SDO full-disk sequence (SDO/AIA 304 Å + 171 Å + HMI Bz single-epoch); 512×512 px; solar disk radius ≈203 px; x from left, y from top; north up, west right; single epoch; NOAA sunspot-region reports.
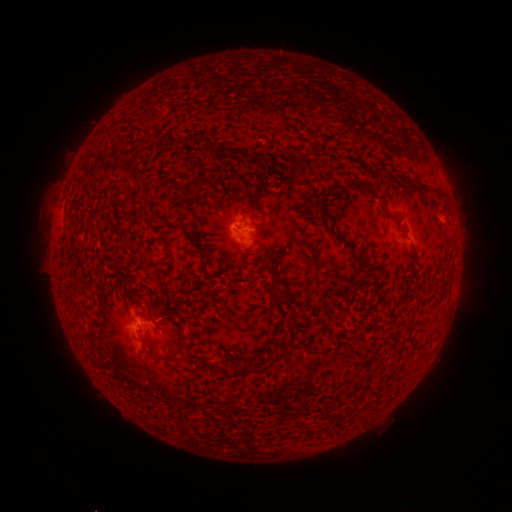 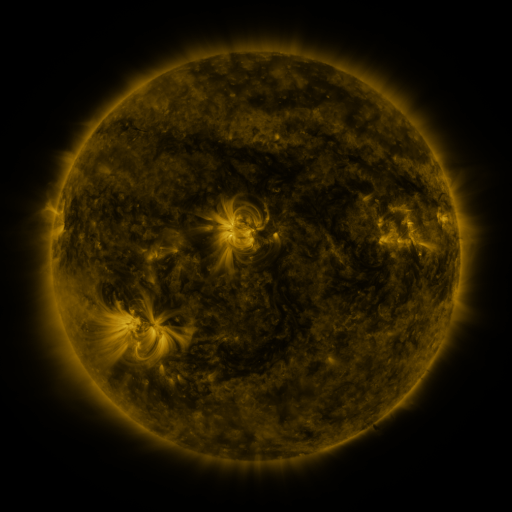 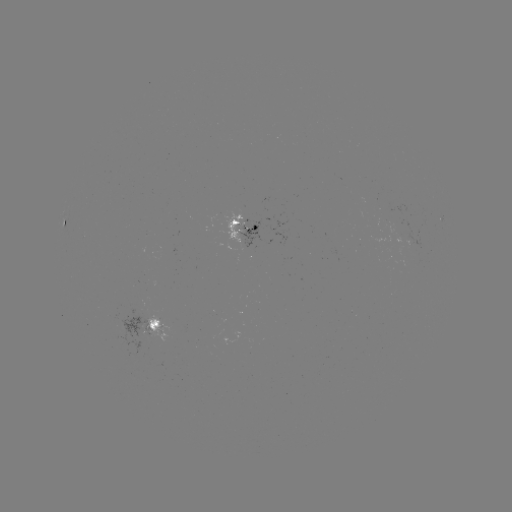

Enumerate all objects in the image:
spotted active region: (66, 224)
spotted active region: (245, 232)
spotted active region: (154, 327)
